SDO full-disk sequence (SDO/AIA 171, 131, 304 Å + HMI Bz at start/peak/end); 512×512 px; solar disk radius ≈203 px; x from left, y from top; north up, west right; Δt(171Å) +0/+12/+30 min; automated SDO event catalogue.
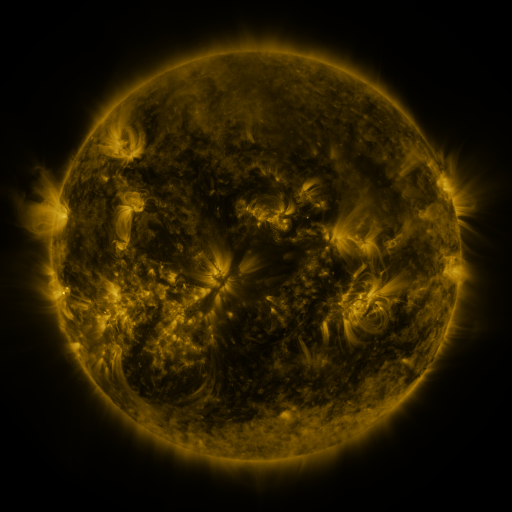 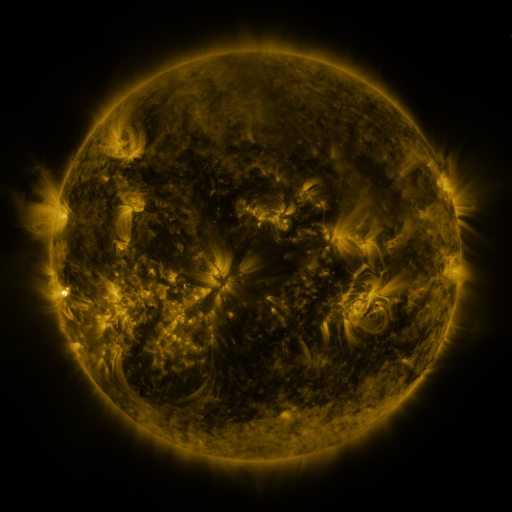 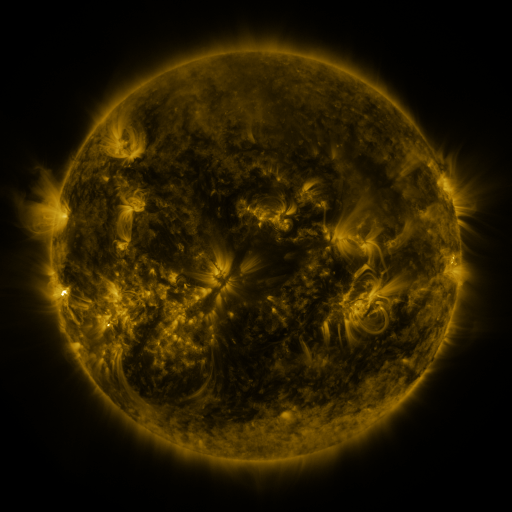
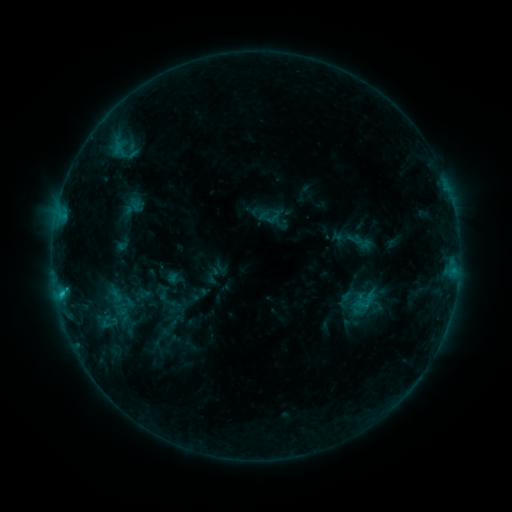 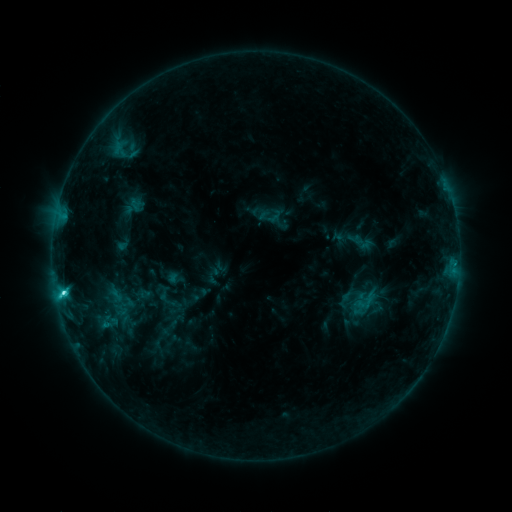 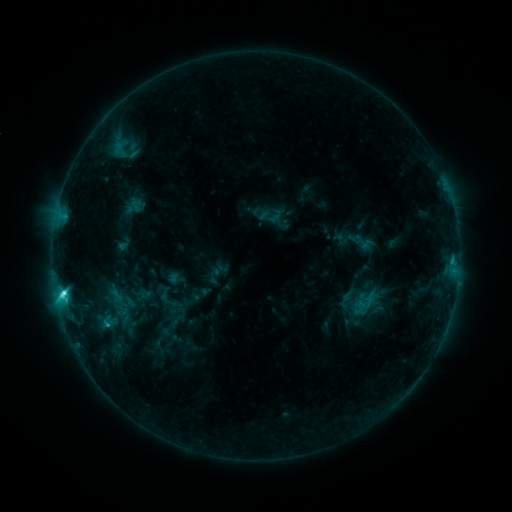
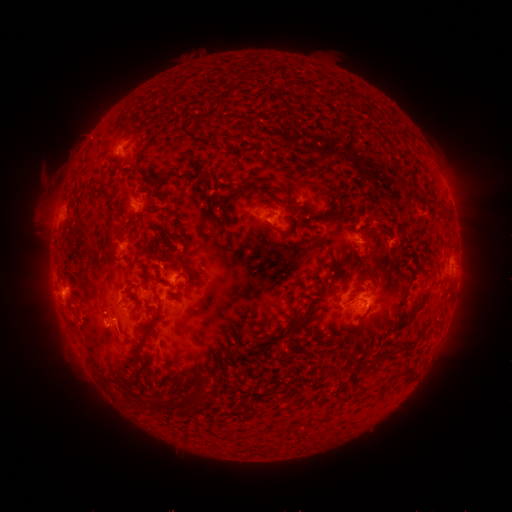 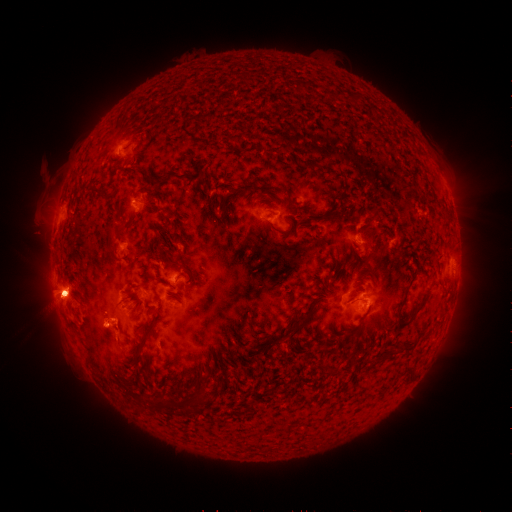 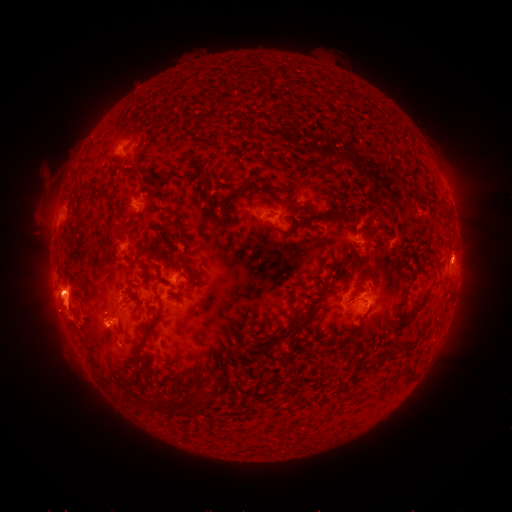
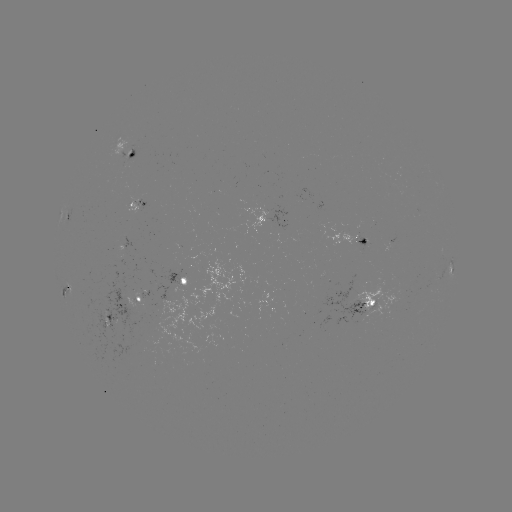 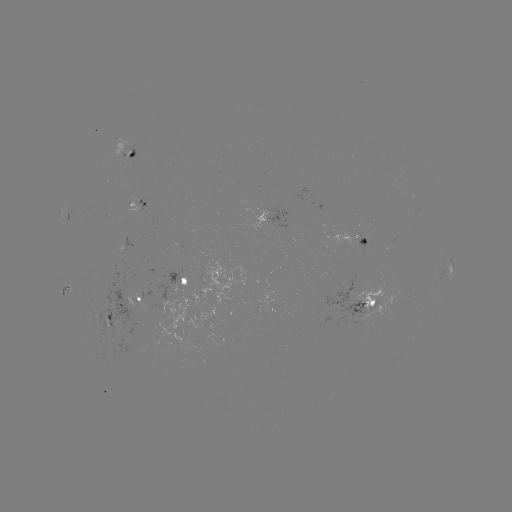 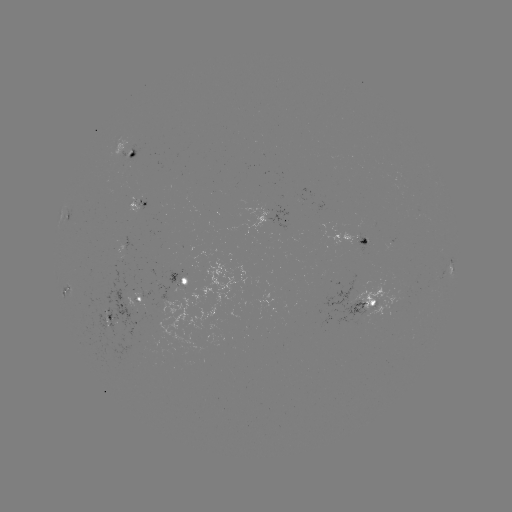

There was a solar eruption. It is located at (68, 311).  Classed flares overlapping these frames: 1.